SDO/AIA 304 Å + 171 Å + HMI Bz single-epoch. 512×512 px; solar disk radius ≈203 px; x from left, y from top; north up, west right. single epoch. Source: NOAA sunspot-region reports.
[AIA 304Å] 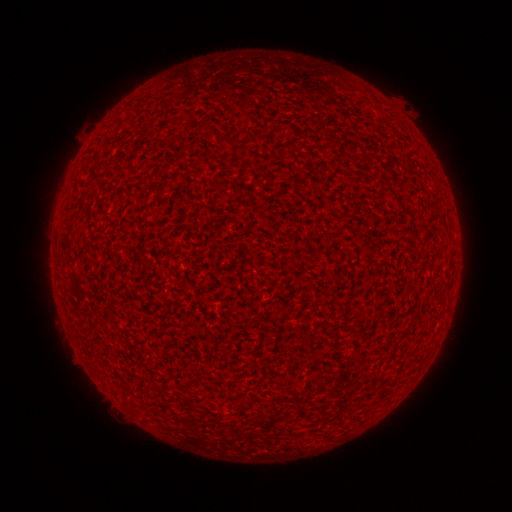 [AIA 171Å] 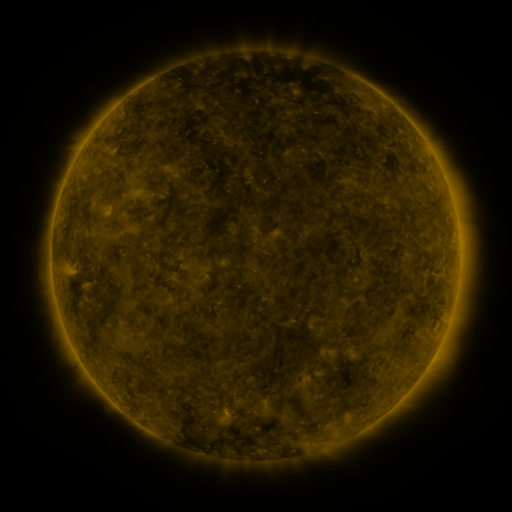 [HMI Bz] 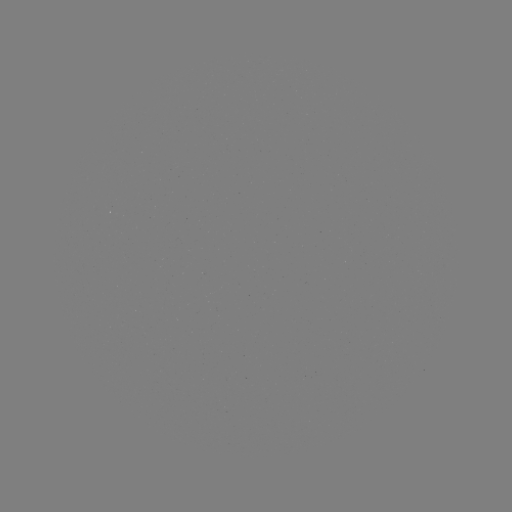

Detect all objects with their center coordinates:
(none)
